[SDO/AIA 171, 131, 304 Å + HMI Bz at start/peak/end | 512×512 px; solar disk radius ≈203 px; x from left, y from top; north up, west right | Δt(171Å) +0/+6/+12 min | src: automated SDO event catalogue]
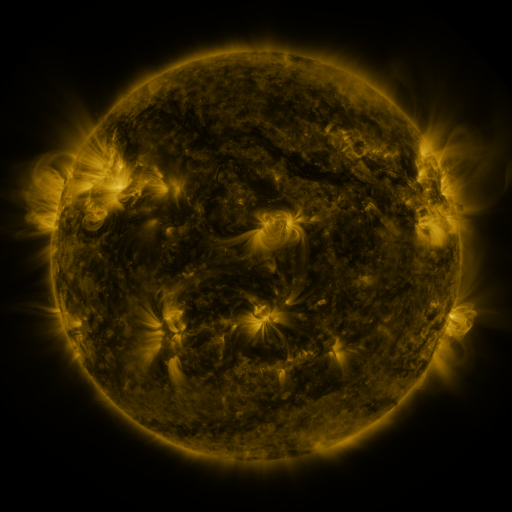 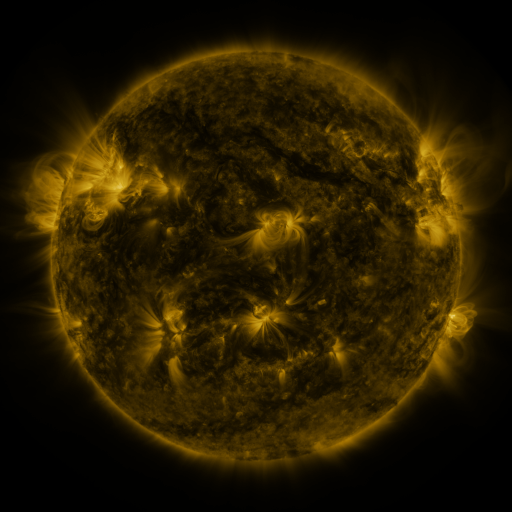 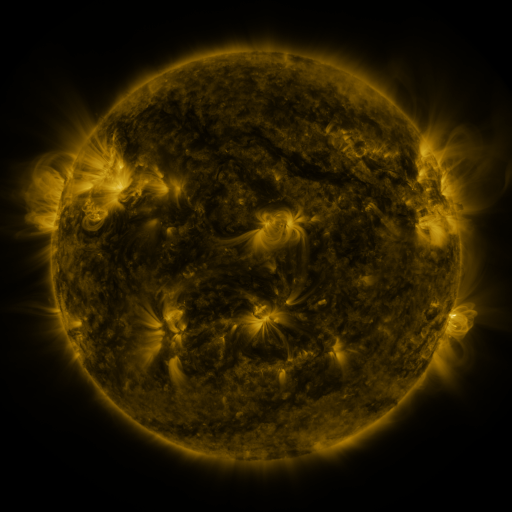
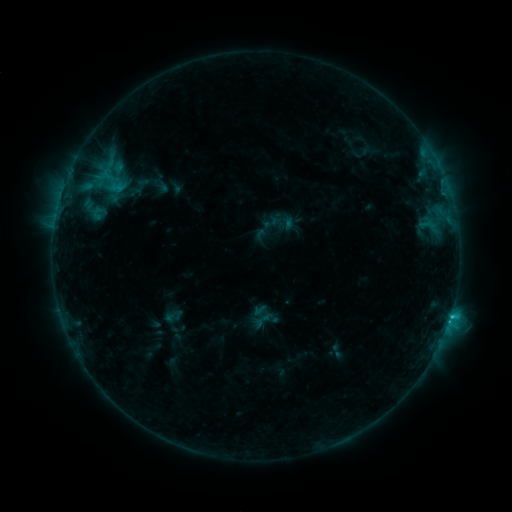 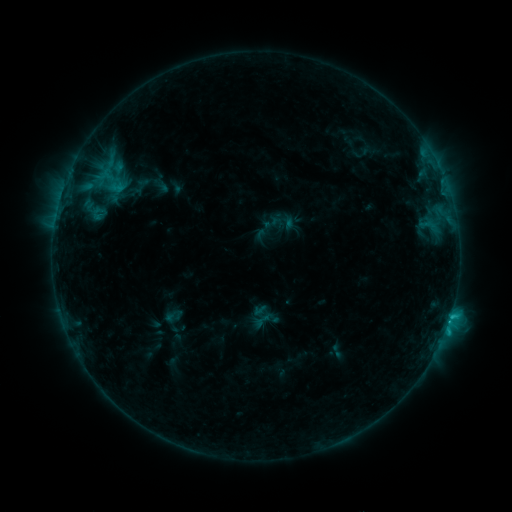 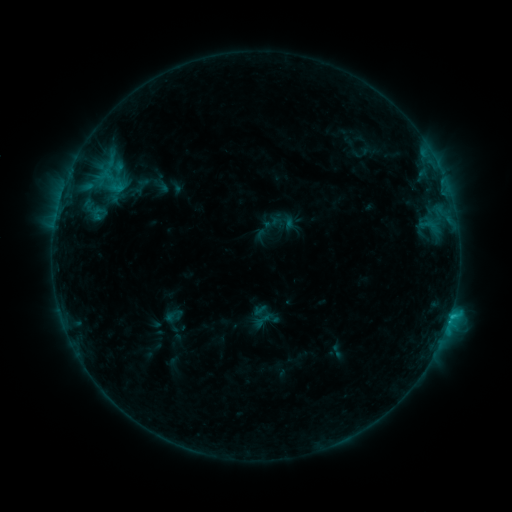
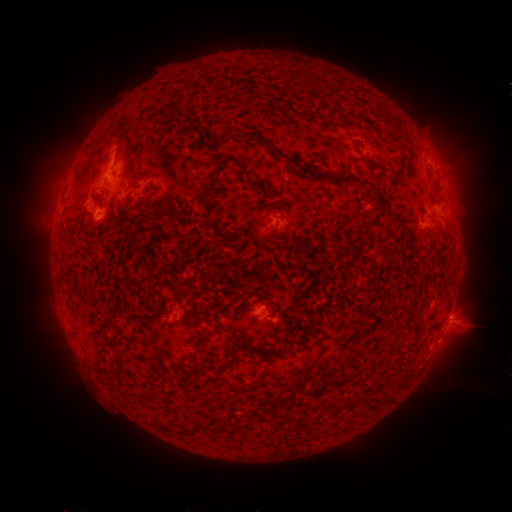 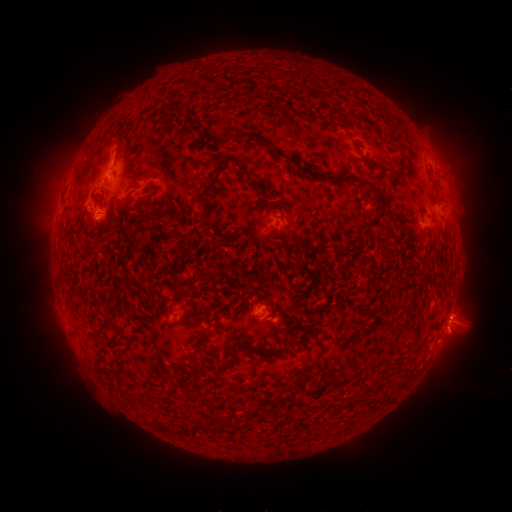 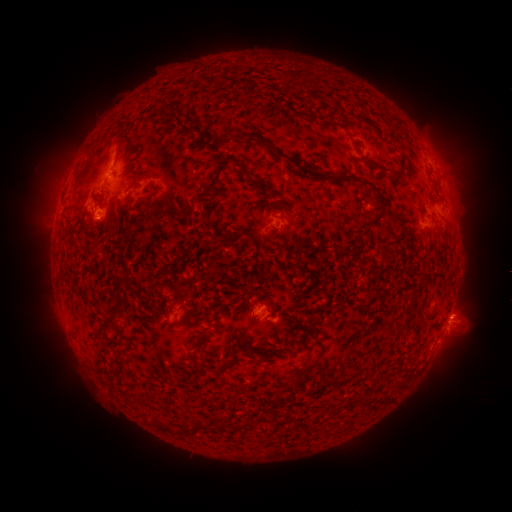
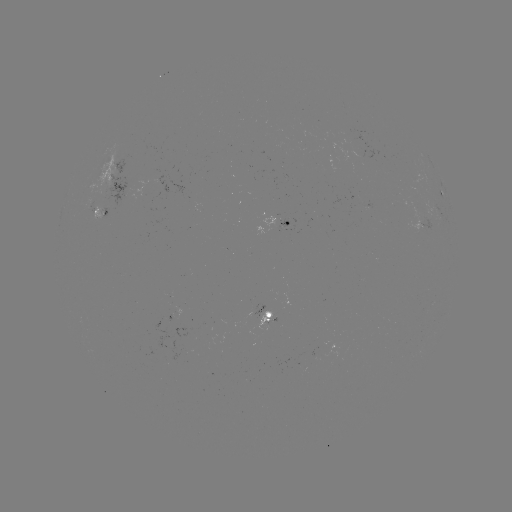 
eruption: [429, 316, 480, 361]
